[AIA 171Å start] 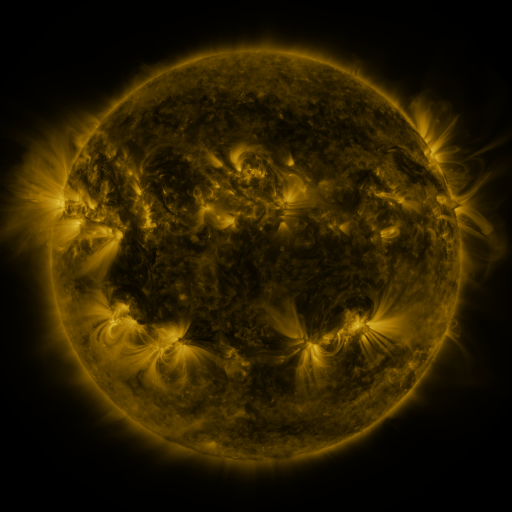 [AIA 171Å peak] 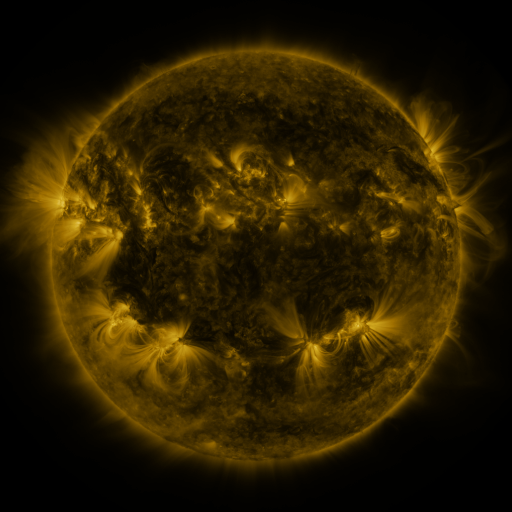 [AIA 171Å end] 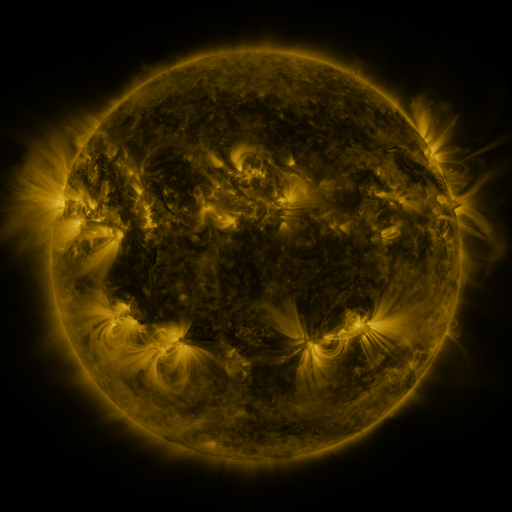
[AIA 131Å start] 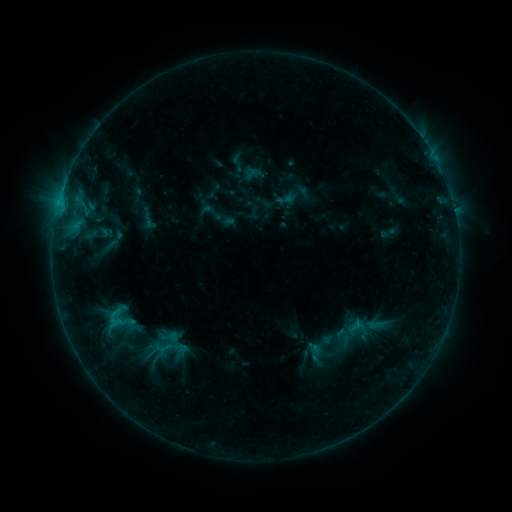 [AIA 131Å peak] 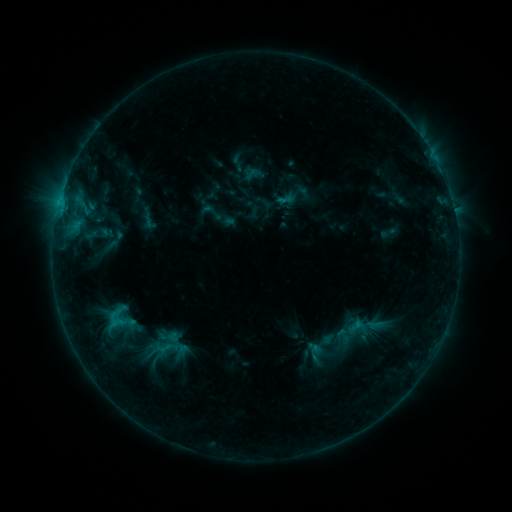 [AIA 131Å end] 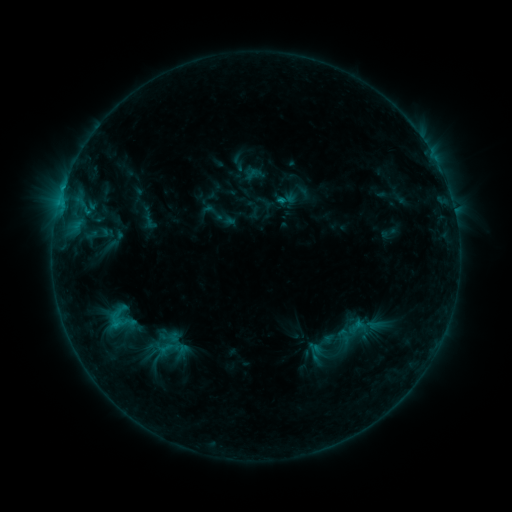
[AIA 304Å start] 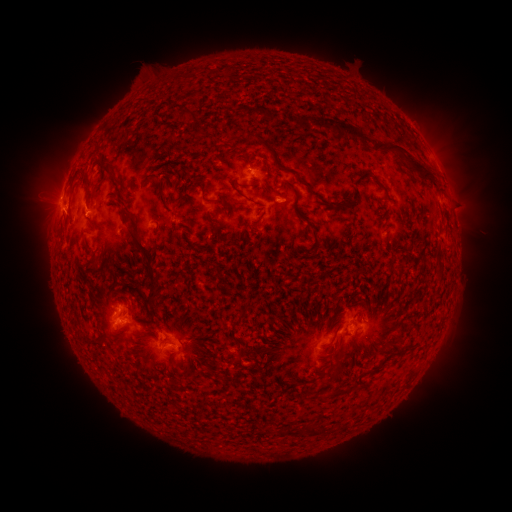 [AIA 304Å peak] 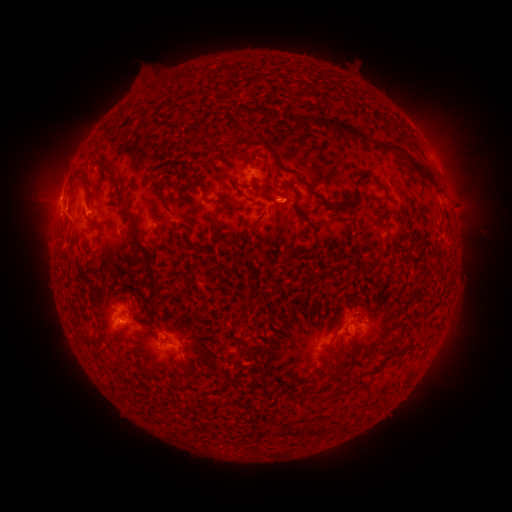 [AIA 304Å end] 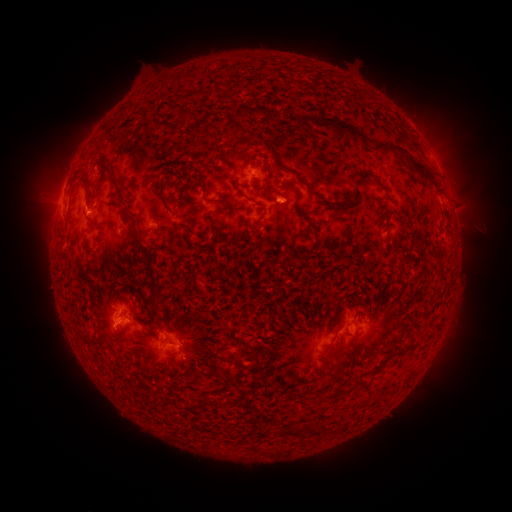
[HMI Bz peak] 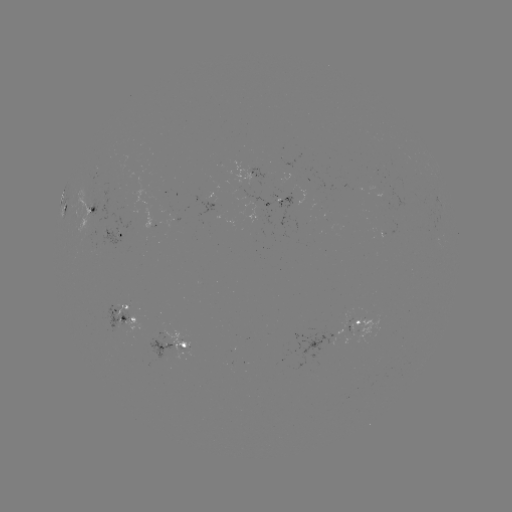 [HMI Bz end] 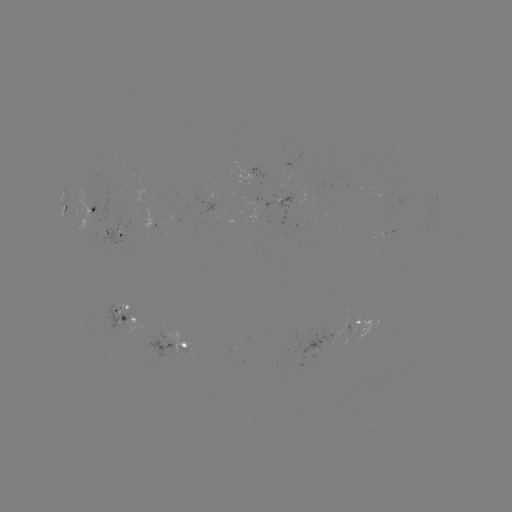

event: flare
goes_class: C1.7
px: (59, 203)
